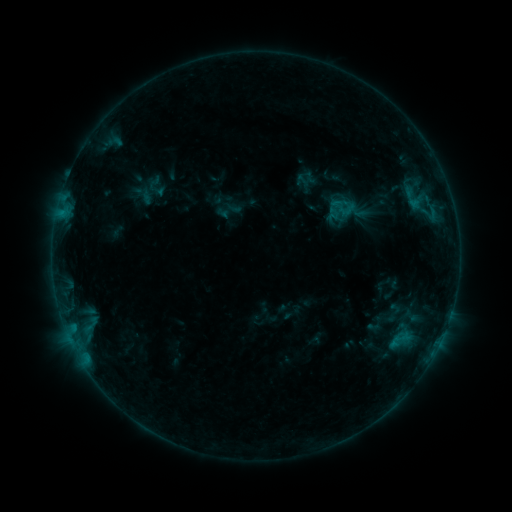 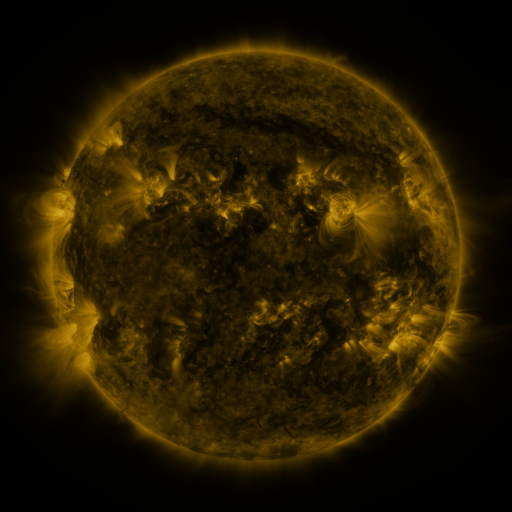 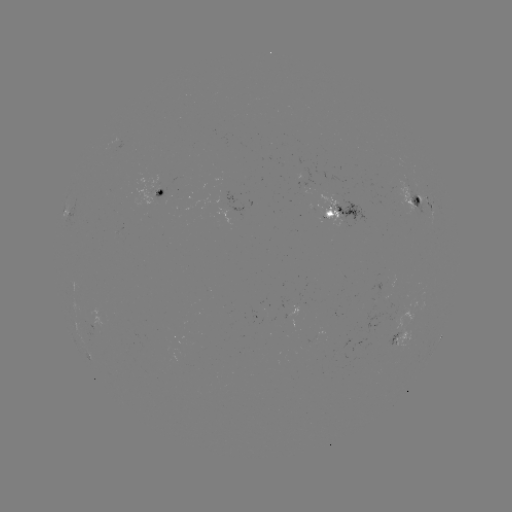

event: sigmoid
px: (346, 208)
